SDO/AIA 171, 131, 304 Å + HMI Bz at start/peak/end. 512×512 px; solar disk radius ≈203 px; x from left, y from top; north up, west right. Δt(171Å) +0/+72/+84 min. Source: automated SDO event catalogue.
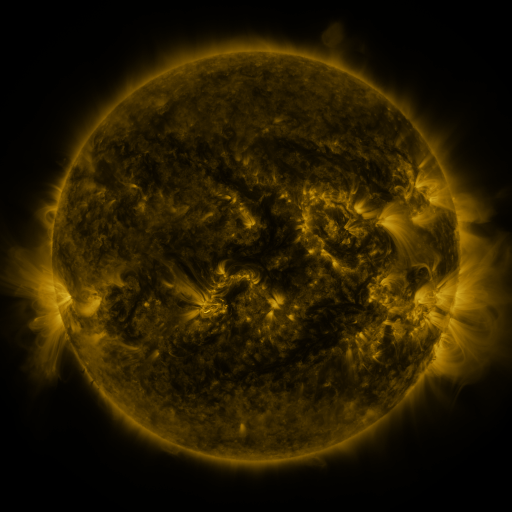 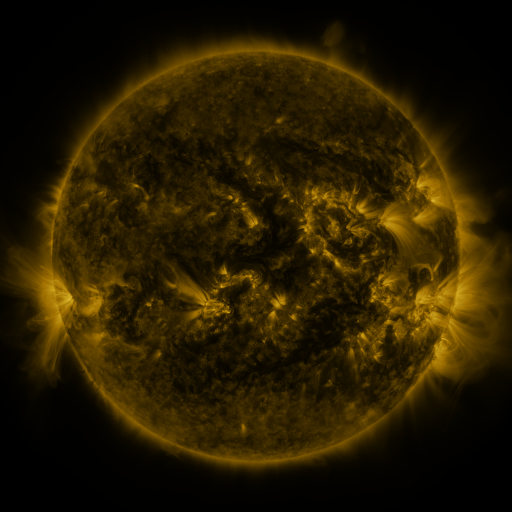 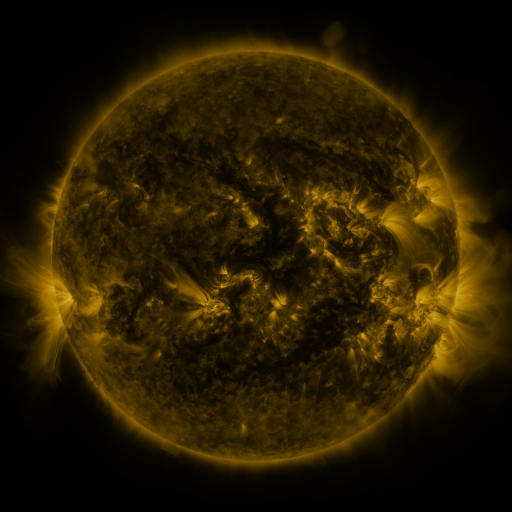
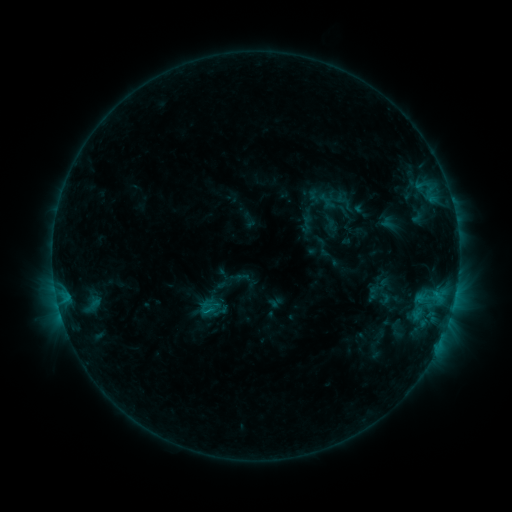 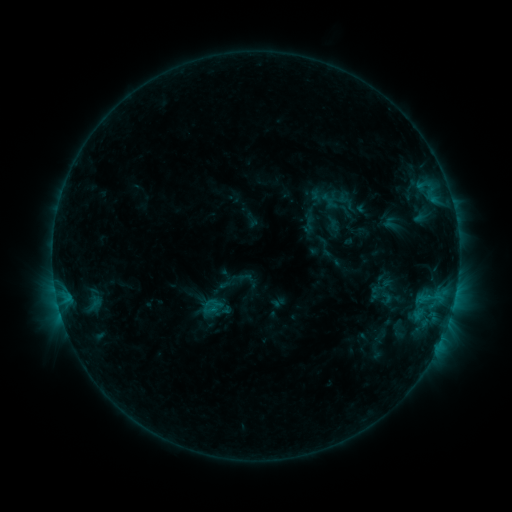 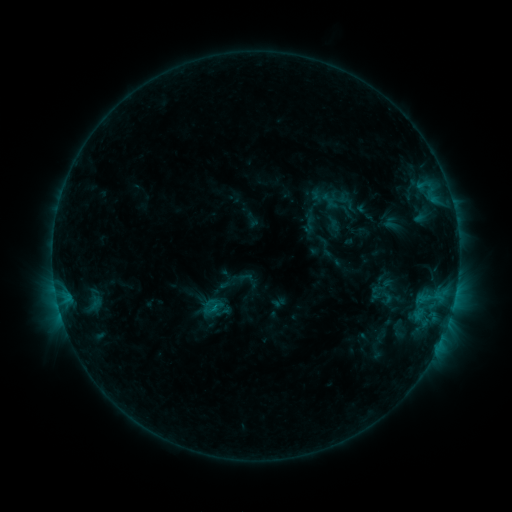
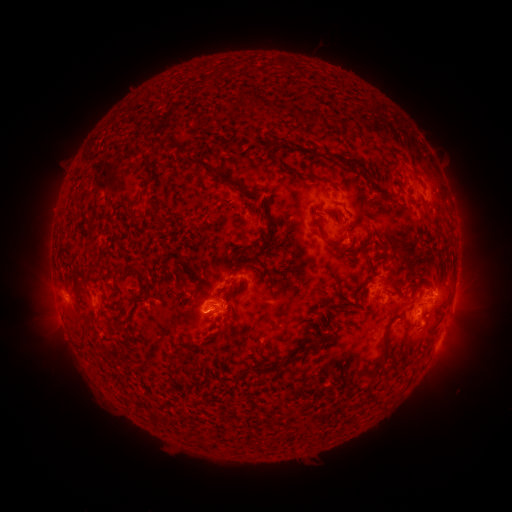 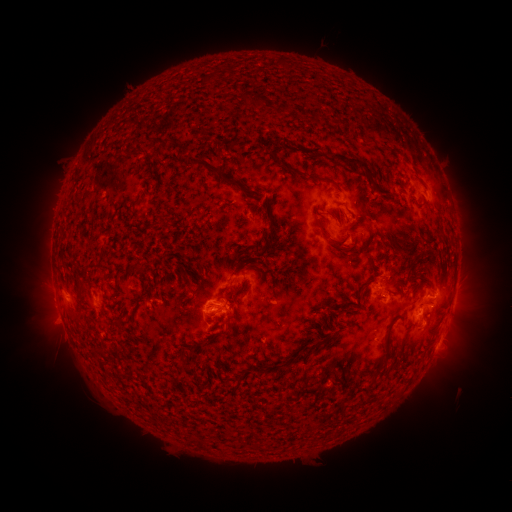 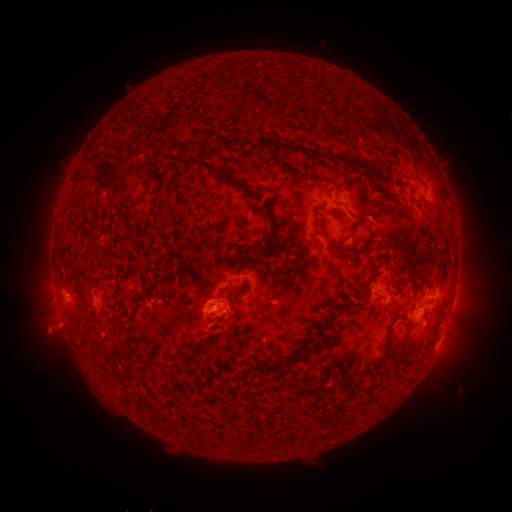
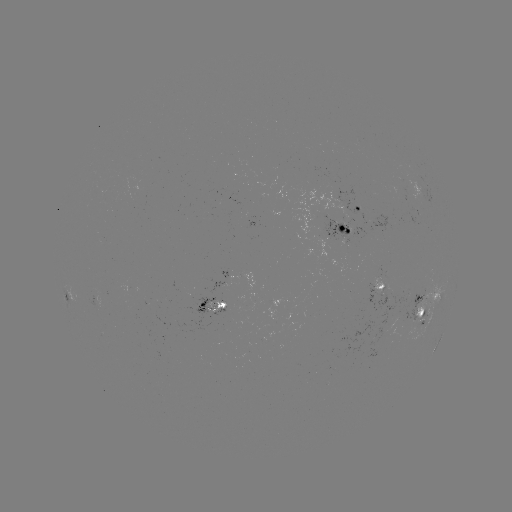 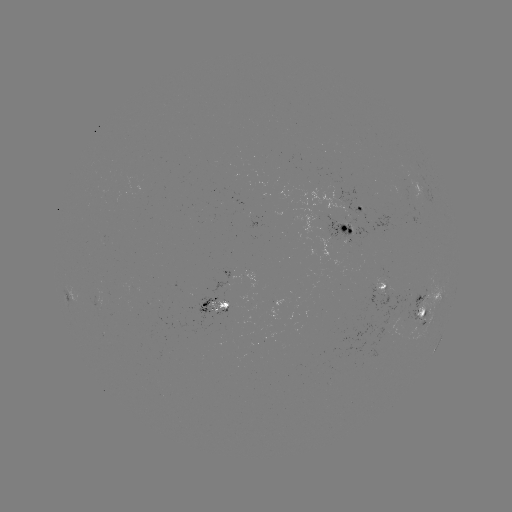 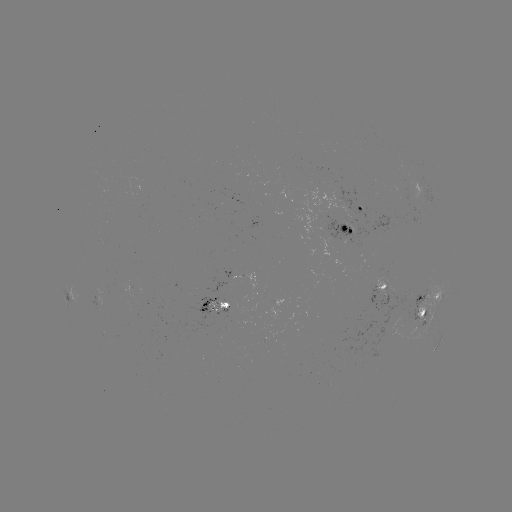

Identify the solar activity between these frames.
emerging-flux region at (219, 306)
